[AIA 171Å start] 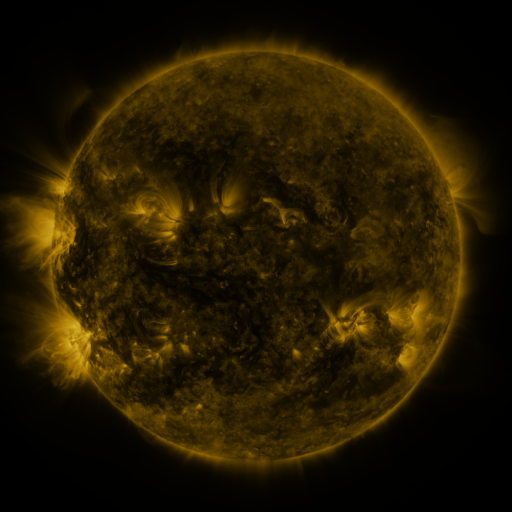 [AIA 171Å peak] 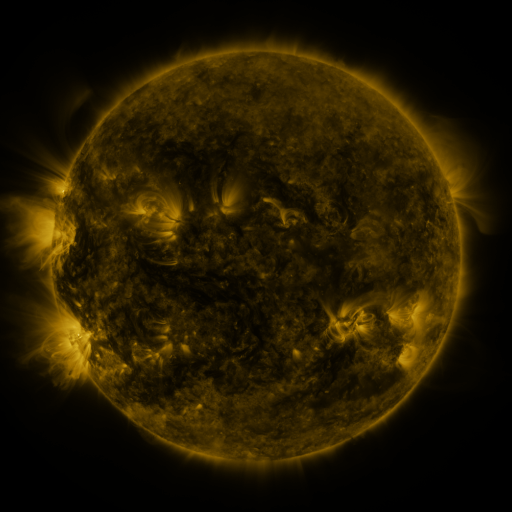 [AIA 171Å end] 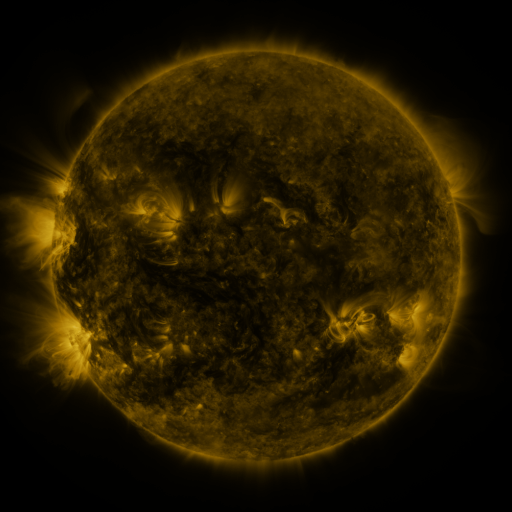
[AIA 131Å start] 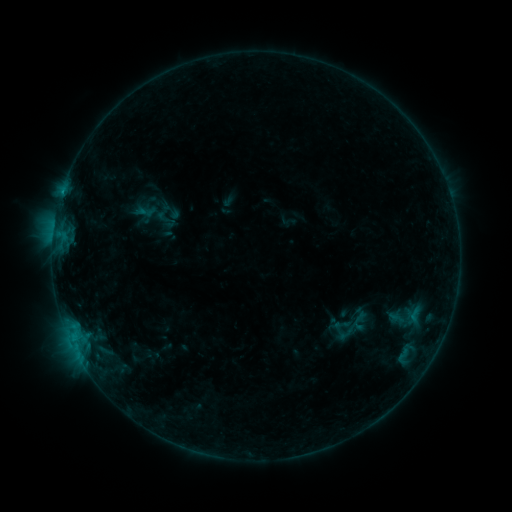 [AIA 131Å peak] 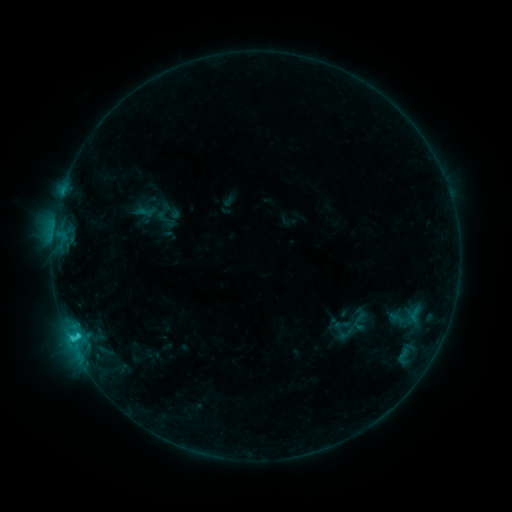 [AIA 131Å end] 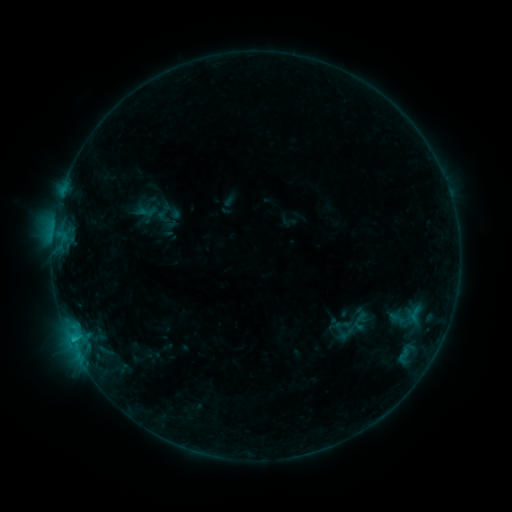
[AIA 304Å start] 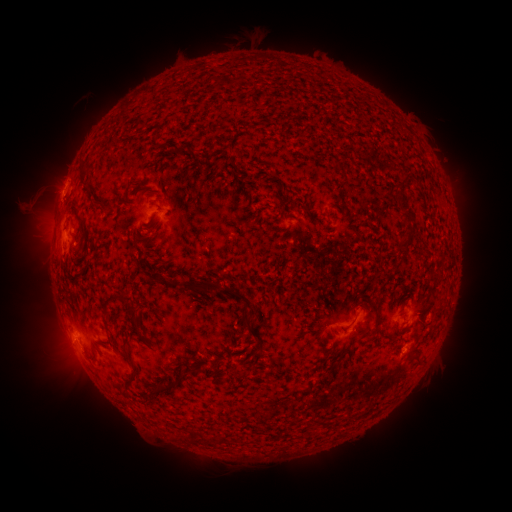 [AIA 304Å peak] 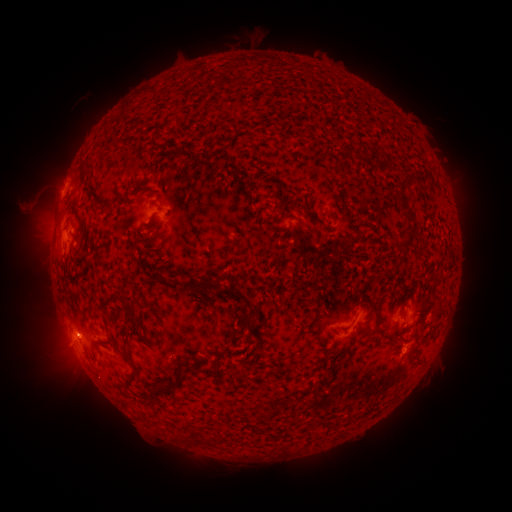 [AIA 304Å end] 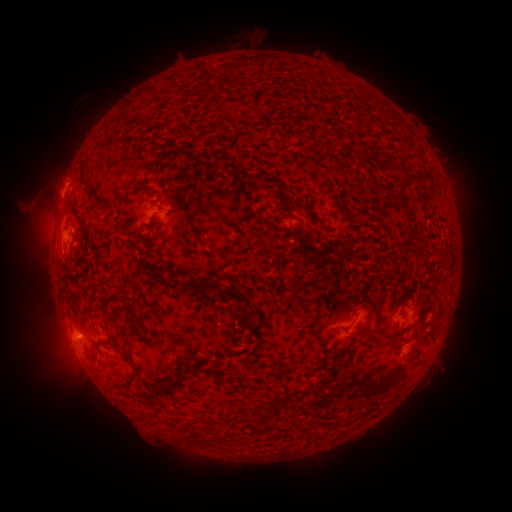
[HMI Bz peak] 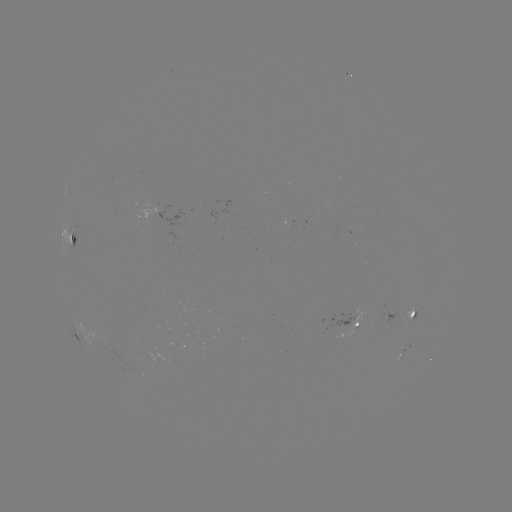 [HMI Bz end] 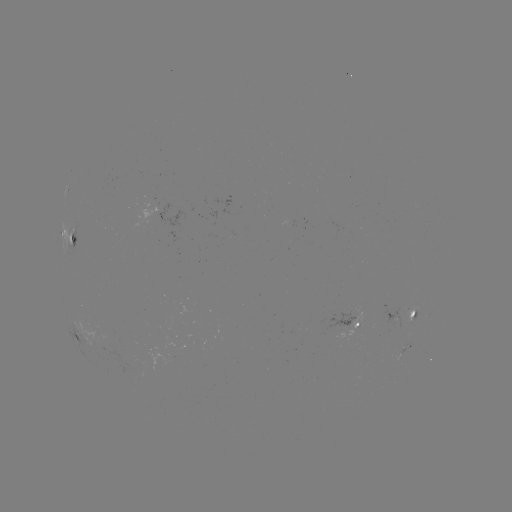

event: flare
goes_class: C1.2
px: (77, 333)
